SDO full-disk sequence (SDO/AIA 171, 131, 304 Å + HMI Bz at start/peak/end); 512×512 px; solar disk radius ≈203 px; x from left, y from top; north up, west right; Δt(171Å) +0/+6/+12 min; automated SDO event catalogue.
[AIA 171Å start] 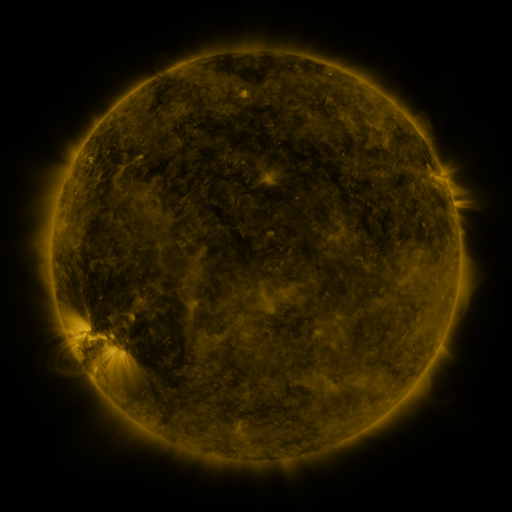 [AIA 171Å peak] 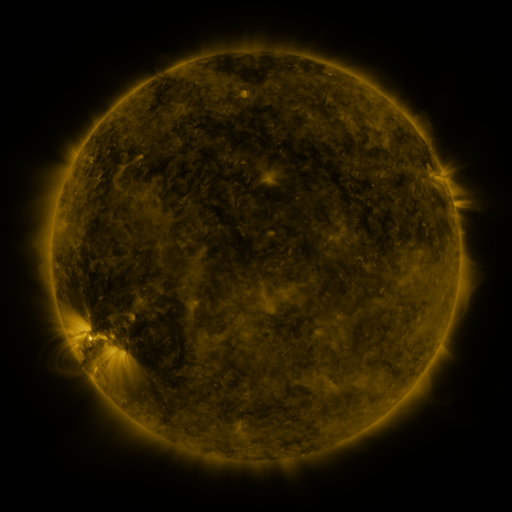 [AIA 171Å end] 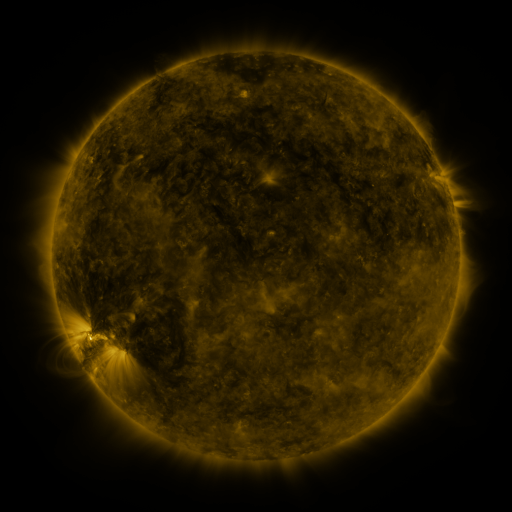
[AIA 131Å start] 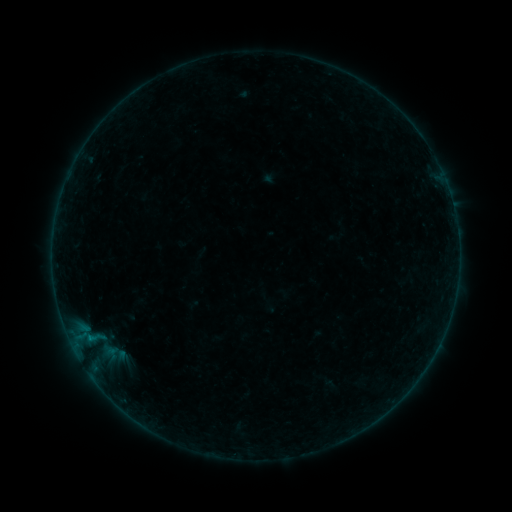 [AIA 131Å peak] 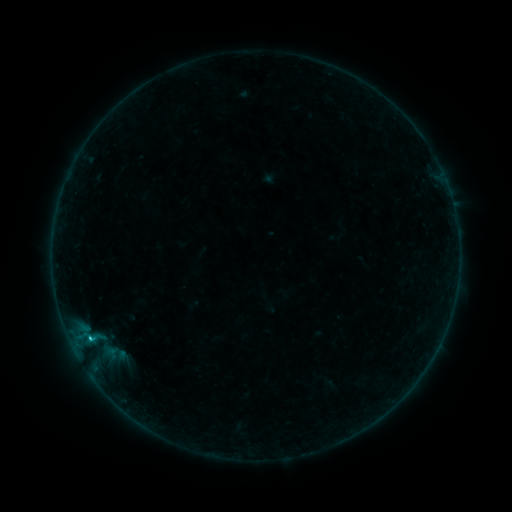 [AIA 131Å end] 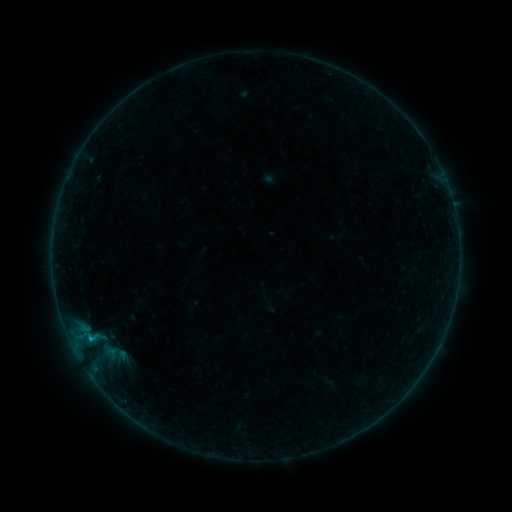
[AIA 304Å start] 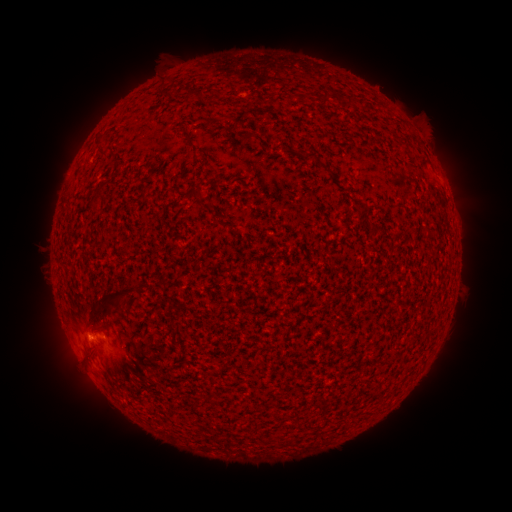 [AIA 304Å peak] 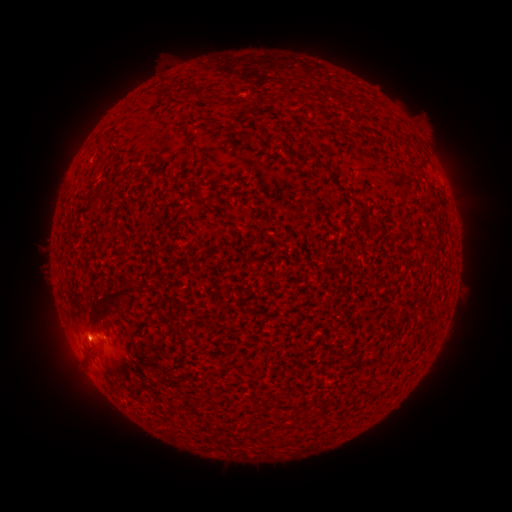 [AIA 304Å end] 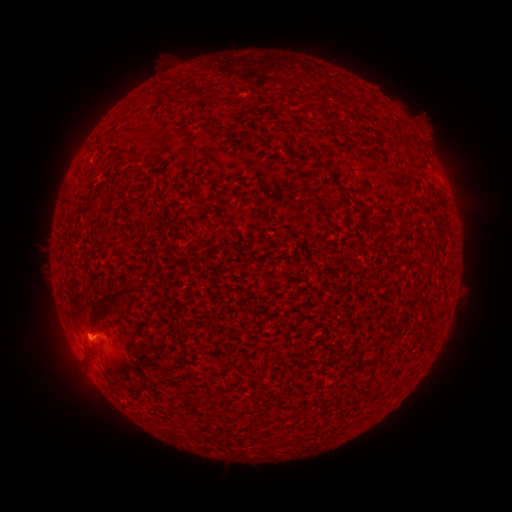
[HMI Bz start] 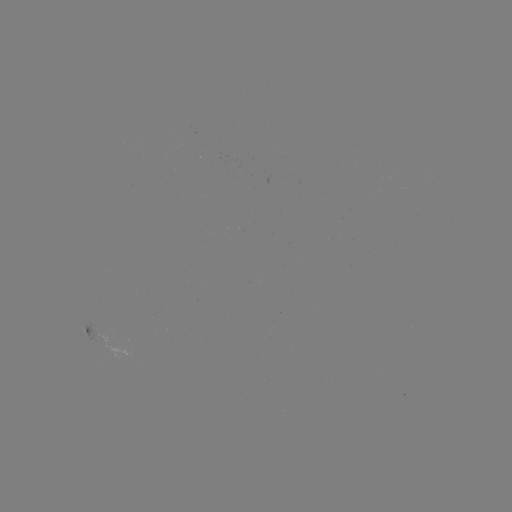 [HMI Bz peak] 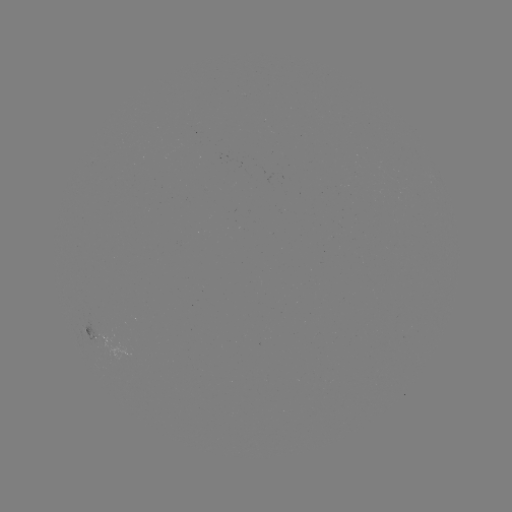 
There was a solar flare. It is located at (89, 338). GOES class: B5.5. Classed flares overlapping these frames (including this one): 1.